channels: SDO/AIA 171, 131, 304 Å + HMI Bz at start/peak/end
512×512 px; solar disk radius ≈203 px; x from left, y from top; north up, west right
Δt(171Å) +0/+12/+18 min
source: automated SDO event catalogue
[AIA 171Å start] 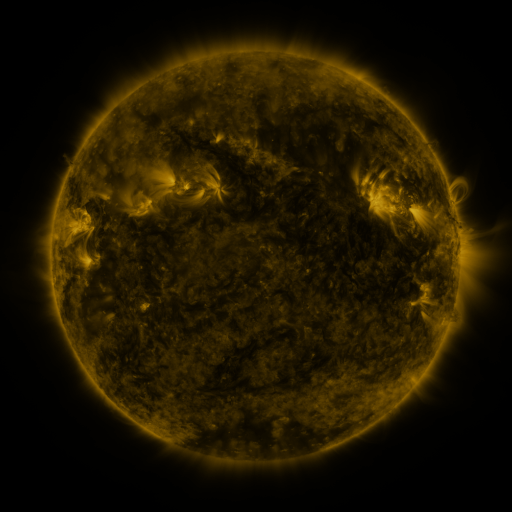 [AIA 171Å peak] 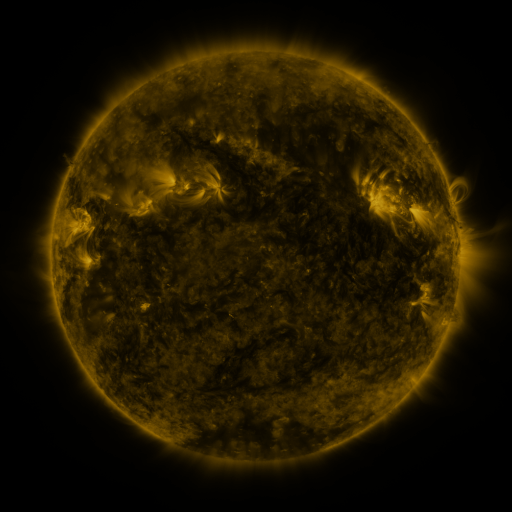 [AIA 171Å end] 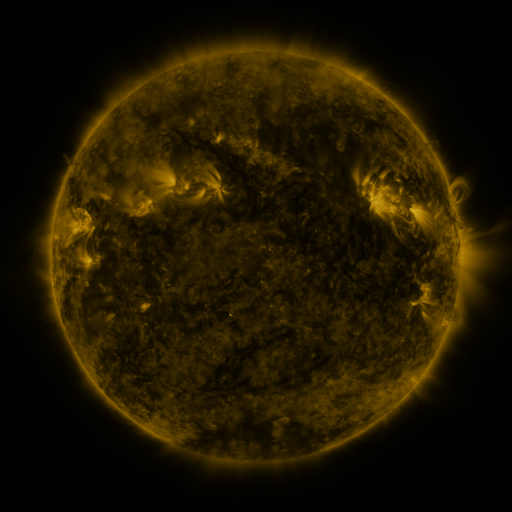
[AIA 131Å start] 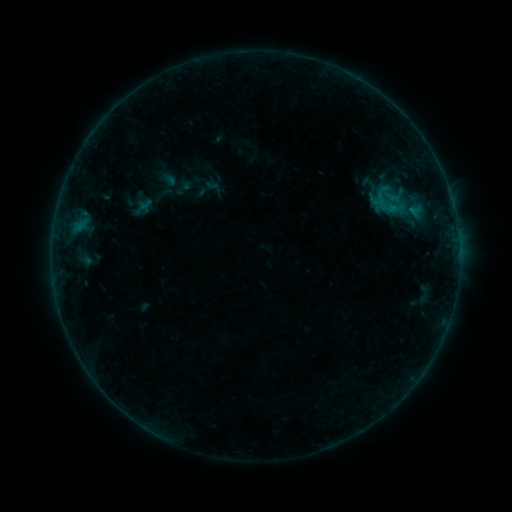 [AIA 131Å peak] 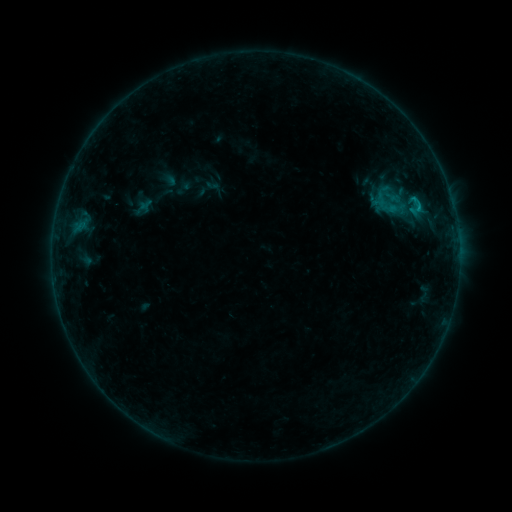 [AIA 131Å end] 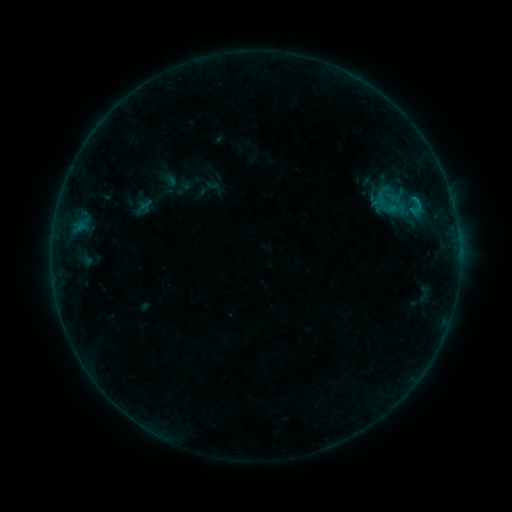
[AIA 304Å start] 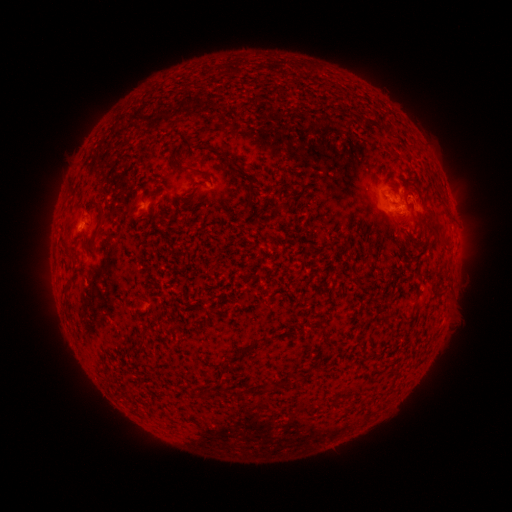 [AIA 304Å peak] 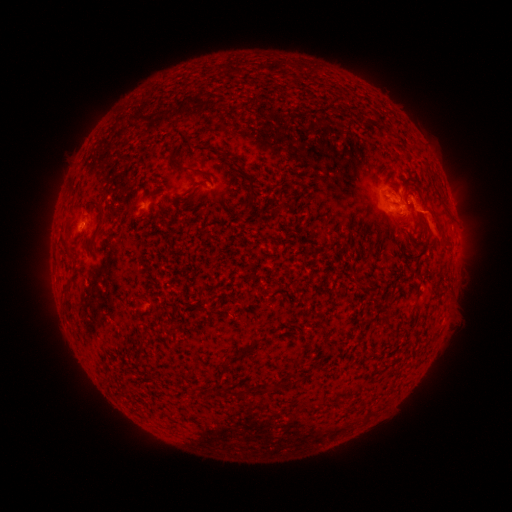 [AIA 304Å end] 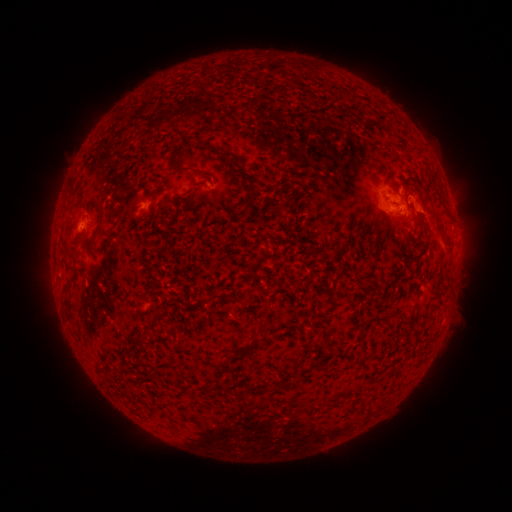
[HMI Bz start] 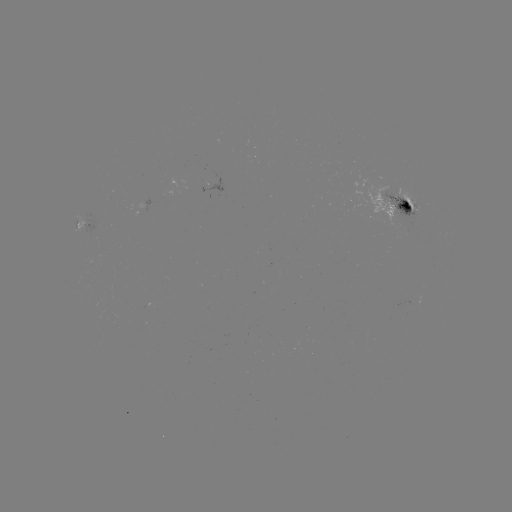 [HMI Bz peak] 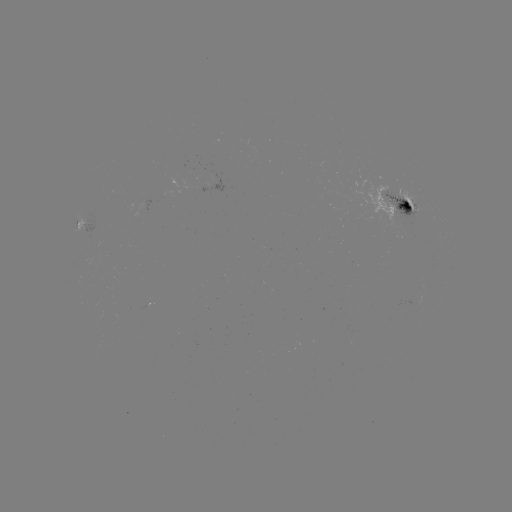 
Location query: eruption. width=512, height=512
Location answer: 433,220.